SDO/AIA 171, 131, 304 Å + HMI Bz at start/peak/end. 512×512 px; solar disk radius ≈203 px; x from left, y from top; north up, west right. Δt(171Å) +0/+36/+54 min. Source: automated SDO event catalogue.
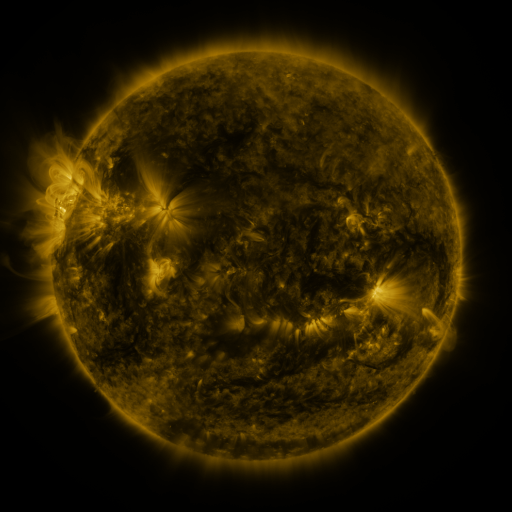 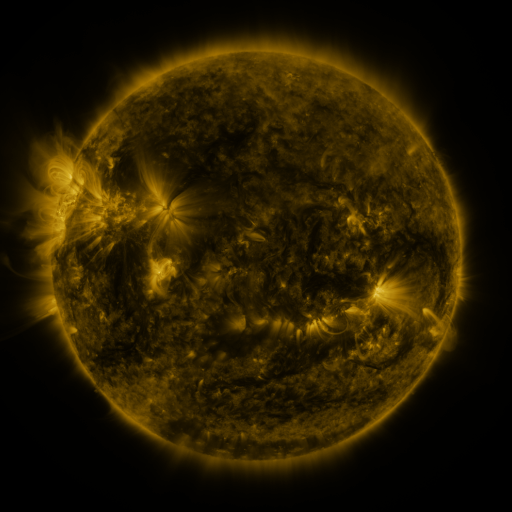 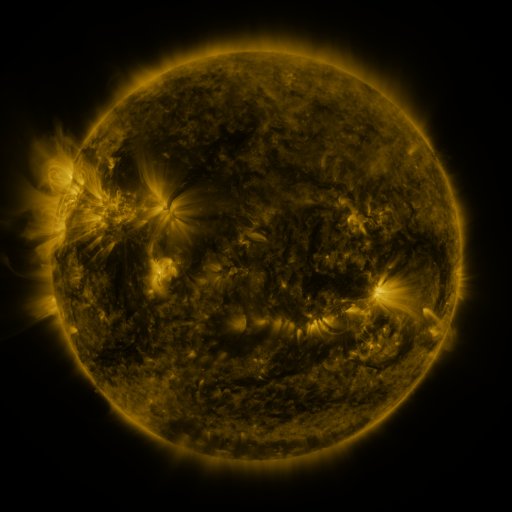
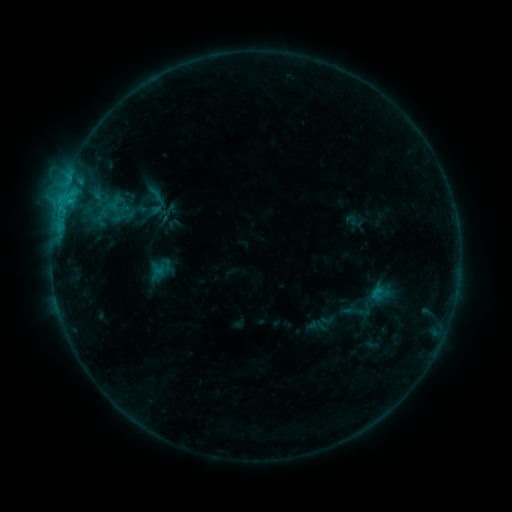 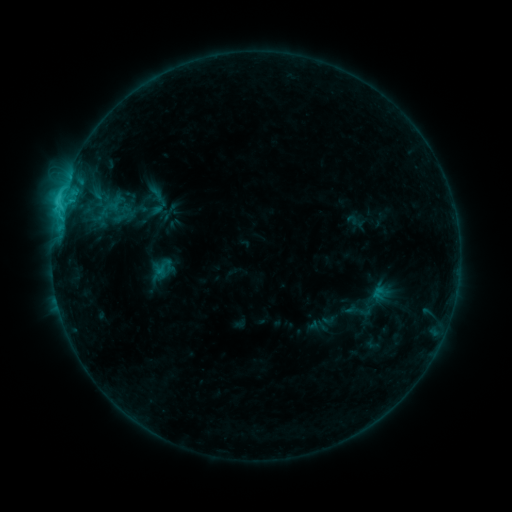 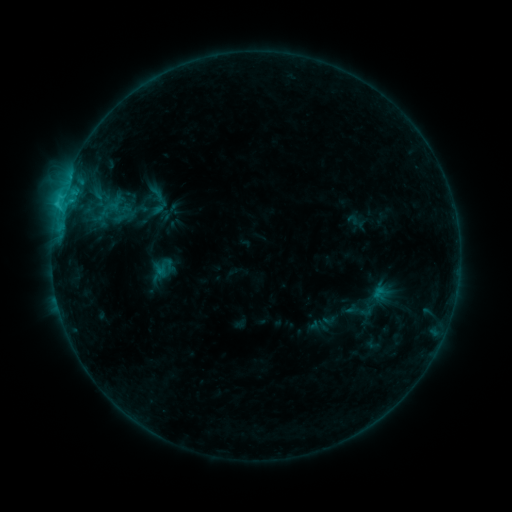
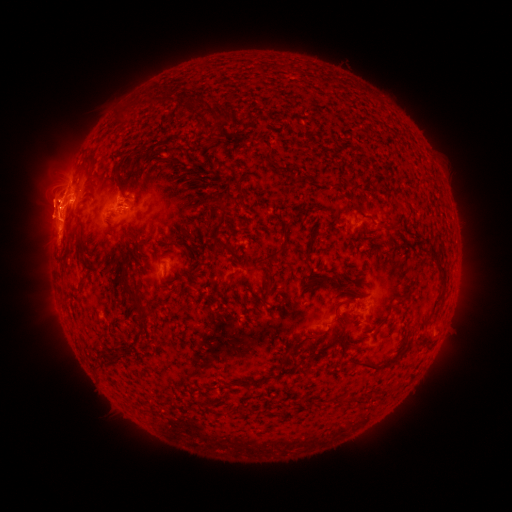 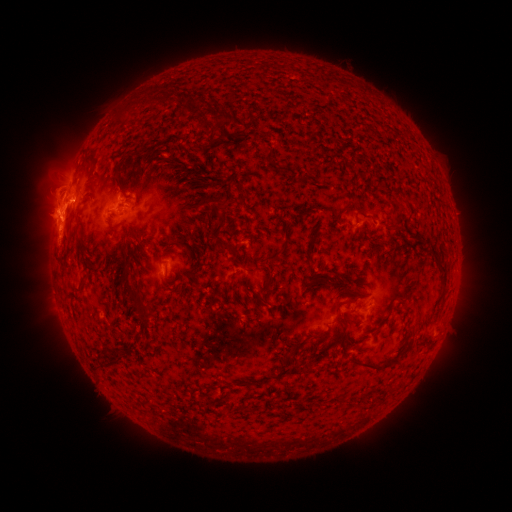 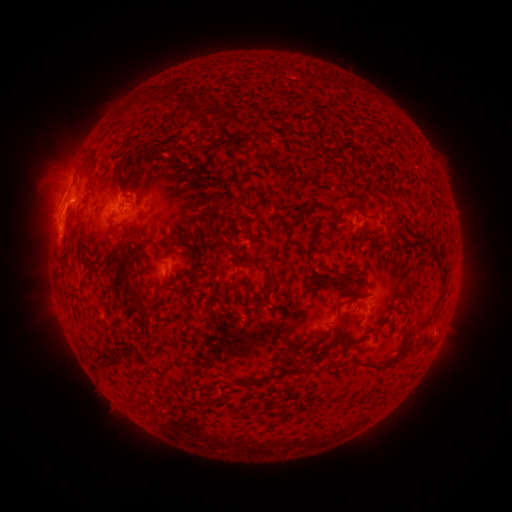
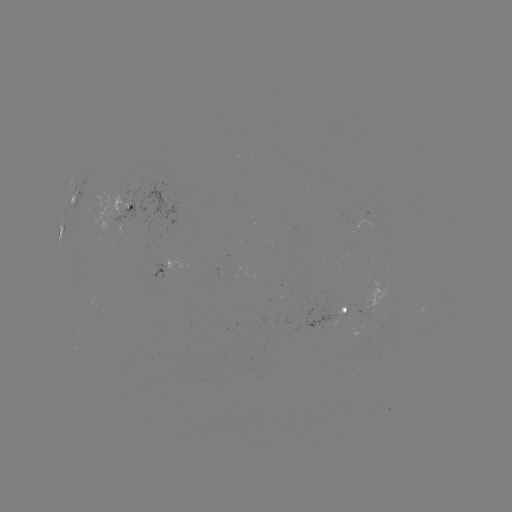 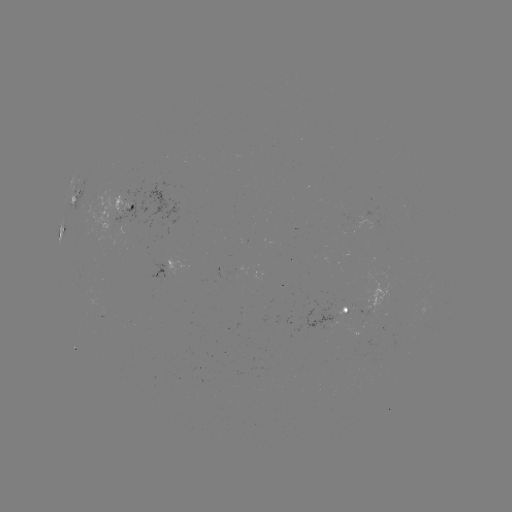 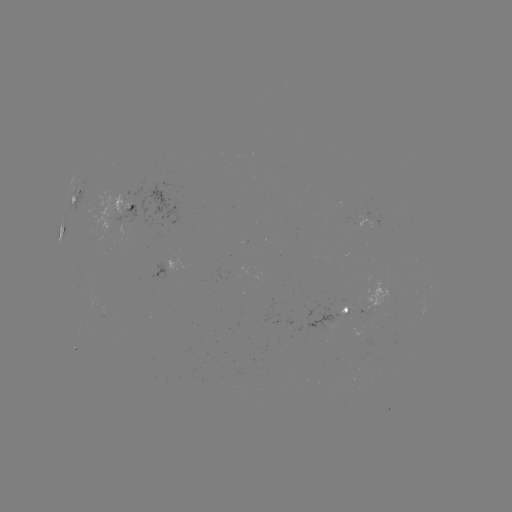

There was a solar flare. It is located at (60, 210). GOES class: C2.7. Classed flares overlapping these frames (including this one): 1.